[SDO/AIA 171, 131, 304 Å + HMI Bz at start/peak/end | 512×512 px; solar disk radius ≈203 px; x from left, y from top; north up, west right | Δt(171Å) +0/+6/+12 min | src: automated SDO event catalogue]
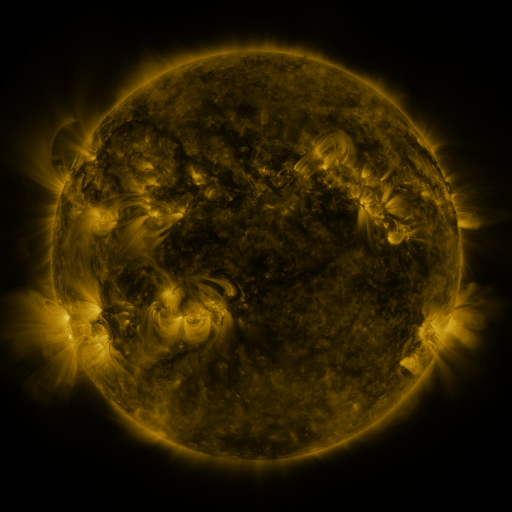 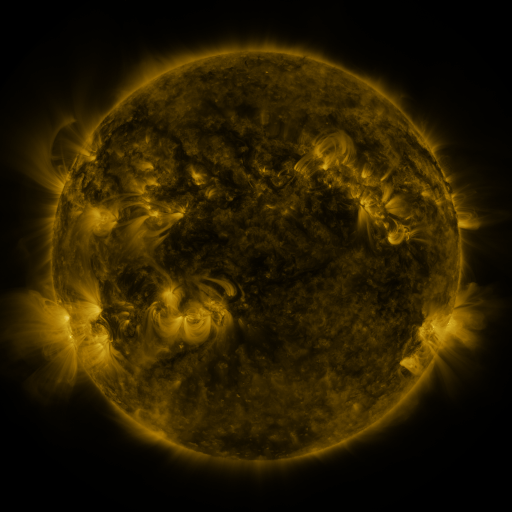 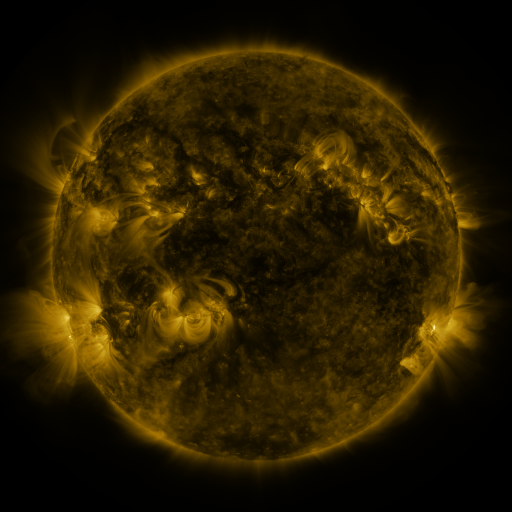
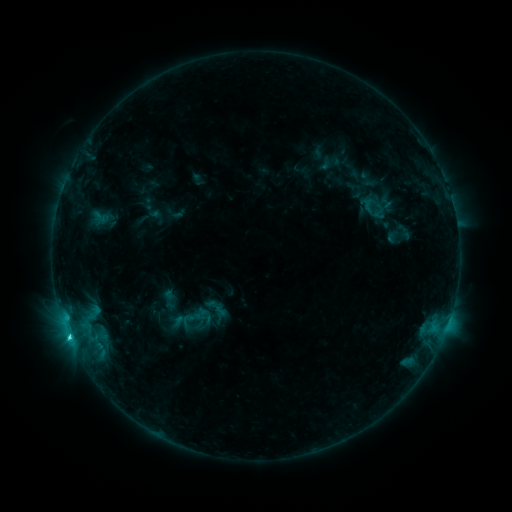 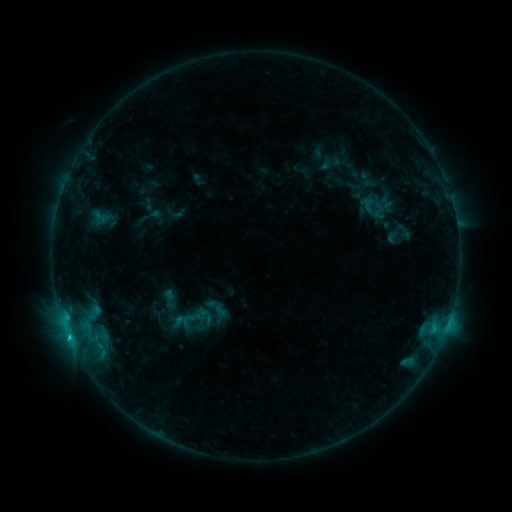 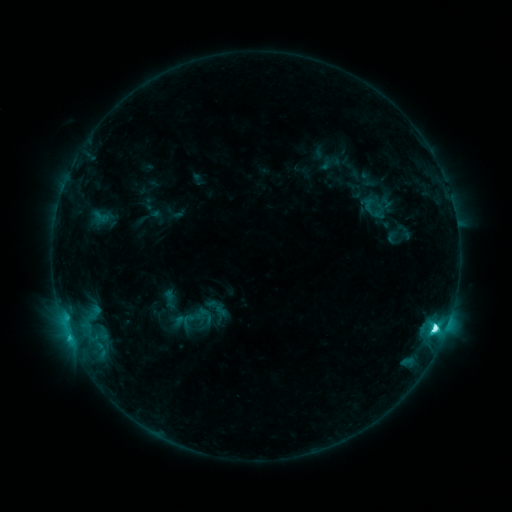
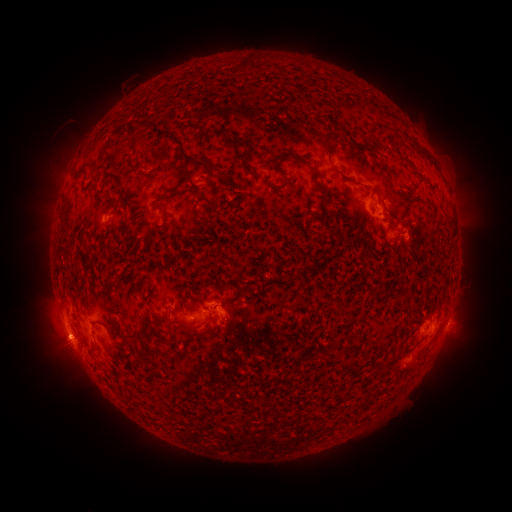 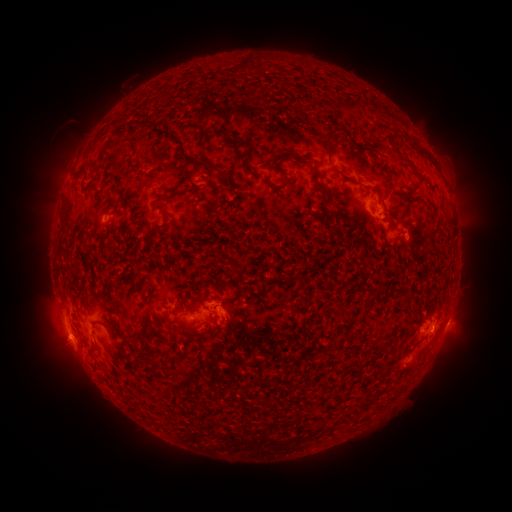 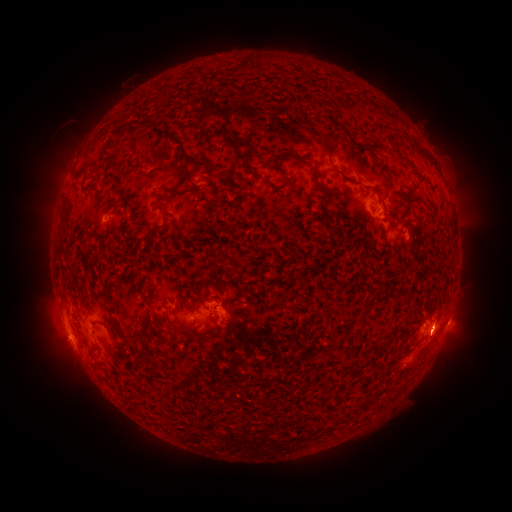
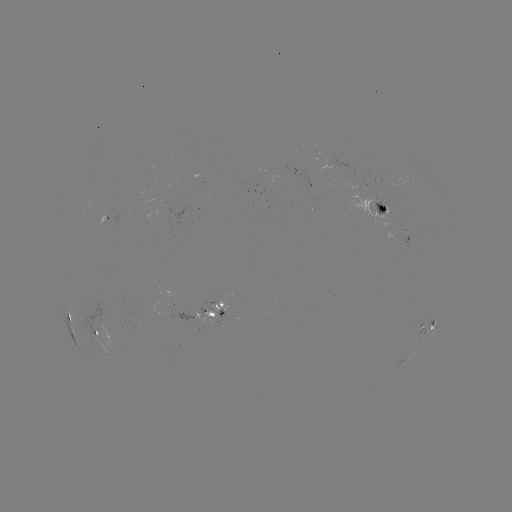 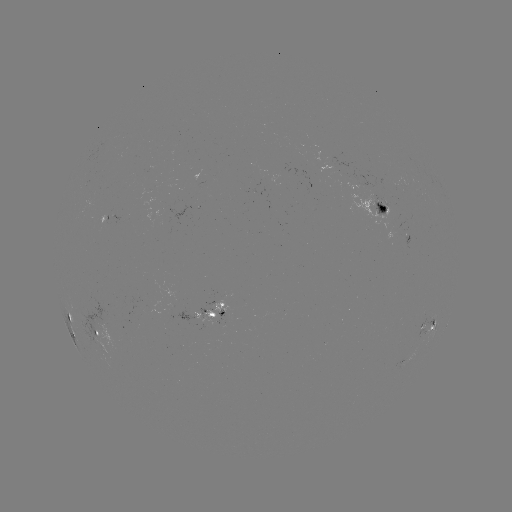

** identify eruption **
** (440, 334) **